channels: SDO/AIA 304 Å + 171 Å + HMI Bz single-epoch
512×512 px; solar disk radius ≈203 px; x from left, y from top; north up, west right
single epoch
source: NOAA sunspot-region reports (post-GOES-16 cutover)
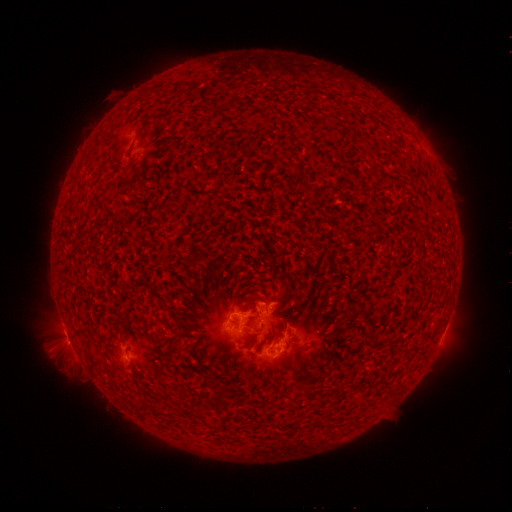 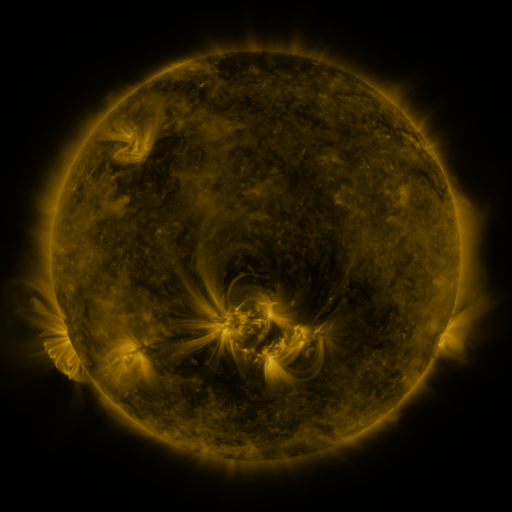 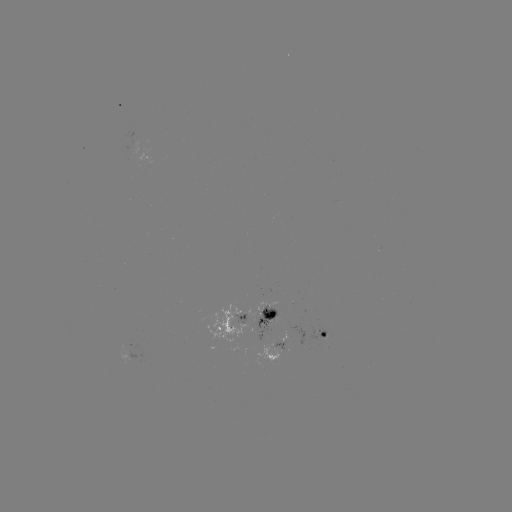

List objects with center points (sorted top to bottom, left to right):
spotted active region: (148, 159)
spotted active region: (245, 319)
spotted active region: (444, 332)
spotted active region: (326, 338)
spotted active region: (130, 344)
spotted active region: (278, 348)
